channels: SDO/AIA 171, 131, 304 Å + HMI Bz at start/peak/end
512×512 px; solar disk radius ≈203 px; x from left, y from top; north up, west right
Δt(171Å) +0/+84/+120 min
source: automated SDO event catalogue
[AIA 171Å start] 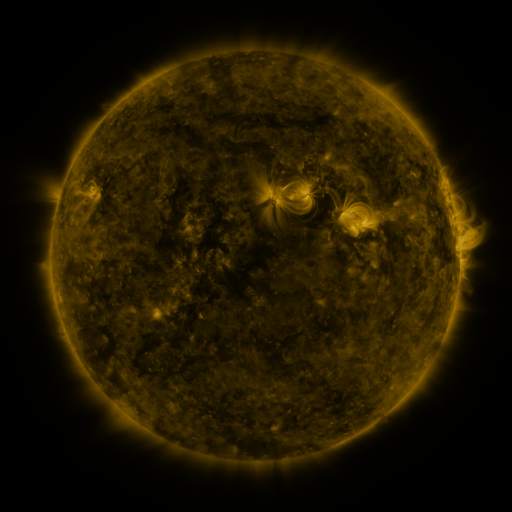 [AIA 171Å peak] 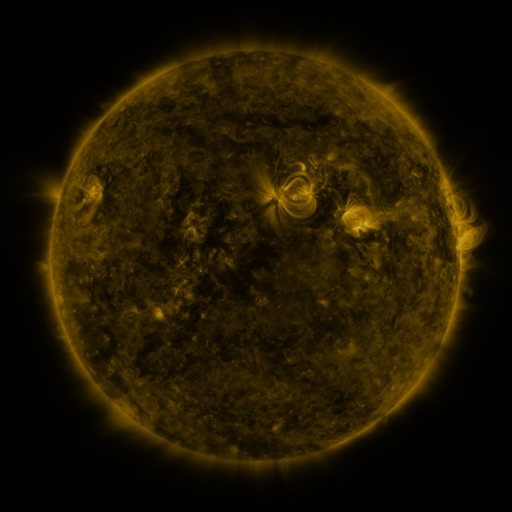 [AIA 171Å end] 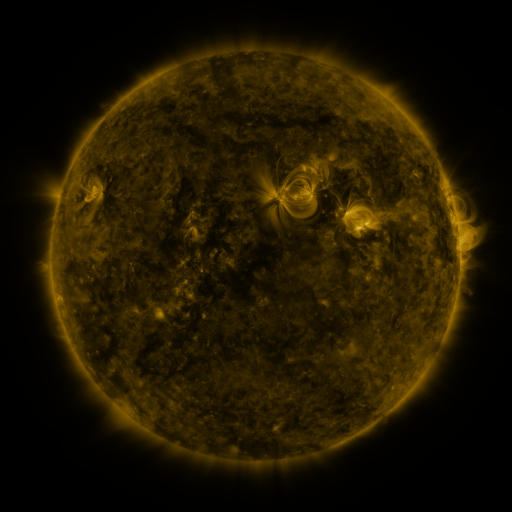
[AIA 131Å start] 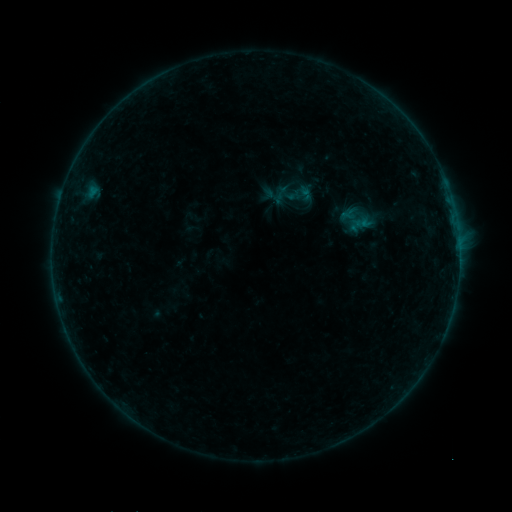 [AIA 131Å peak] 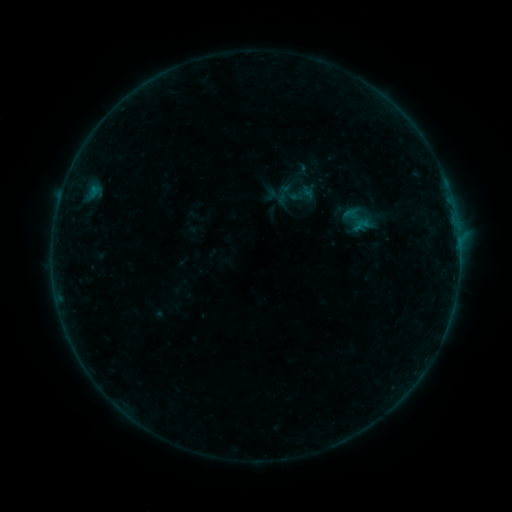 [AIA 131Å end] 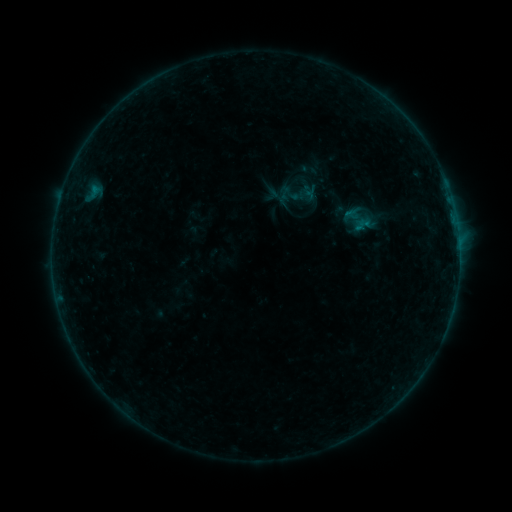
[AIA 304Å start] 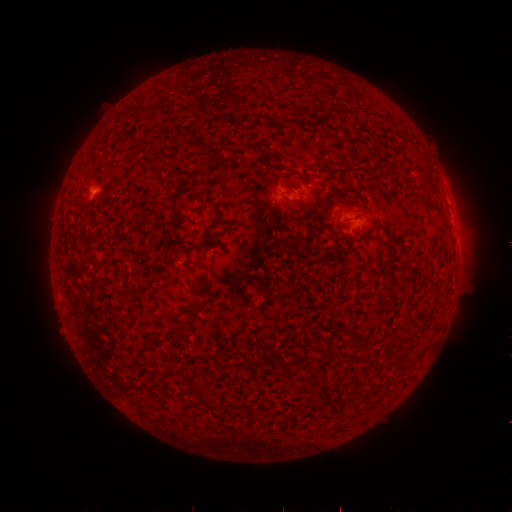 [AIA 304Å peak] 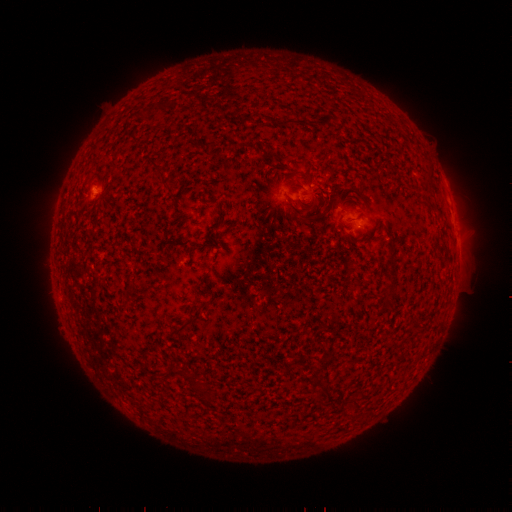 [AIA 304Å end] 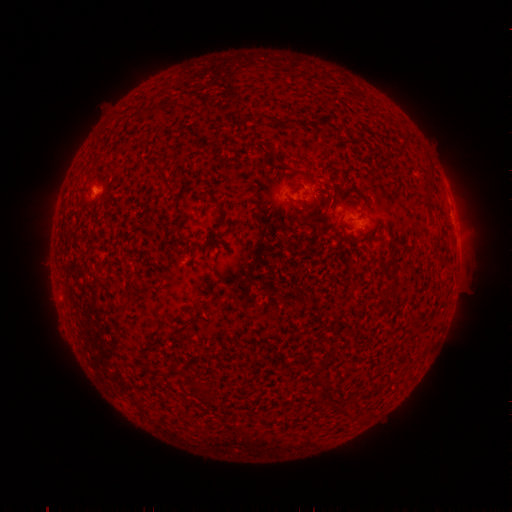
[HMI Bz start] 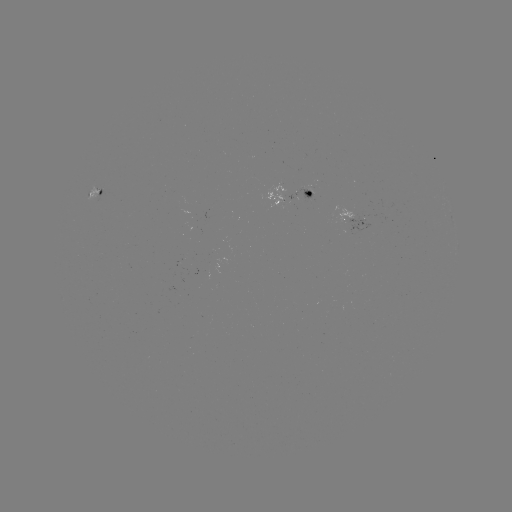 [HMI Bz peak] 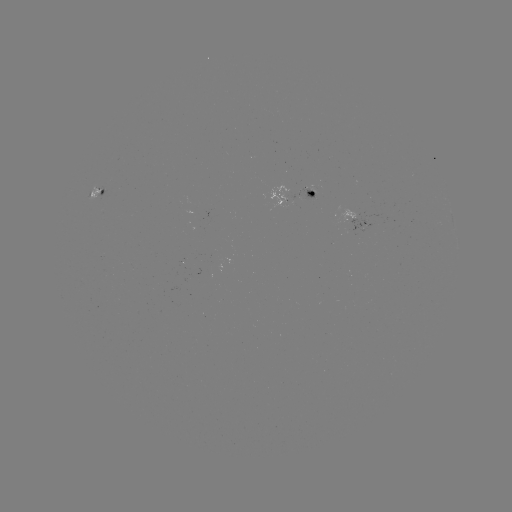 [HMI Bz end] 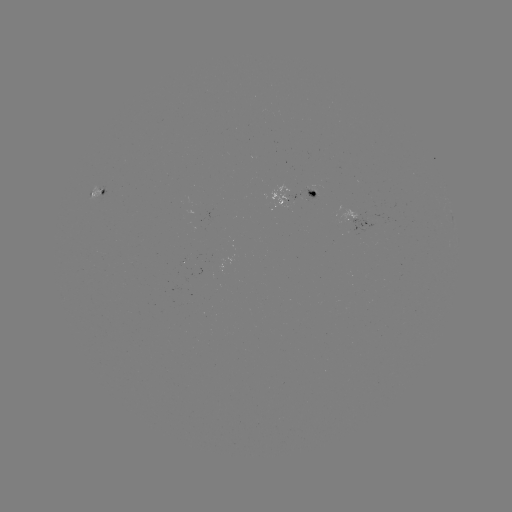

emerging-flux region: (297, 190, 317, 201)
